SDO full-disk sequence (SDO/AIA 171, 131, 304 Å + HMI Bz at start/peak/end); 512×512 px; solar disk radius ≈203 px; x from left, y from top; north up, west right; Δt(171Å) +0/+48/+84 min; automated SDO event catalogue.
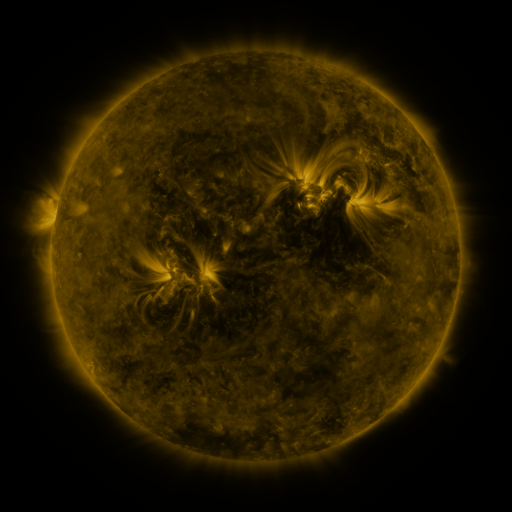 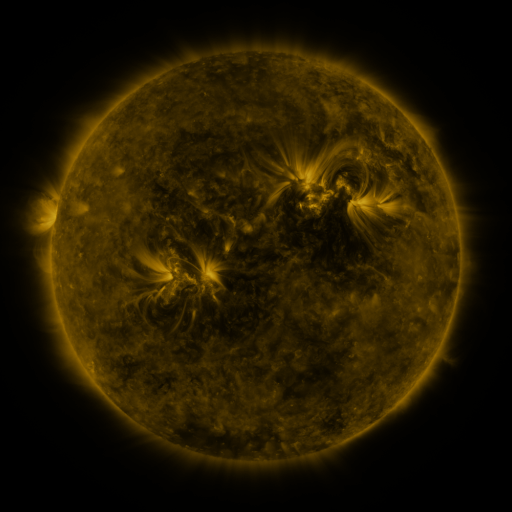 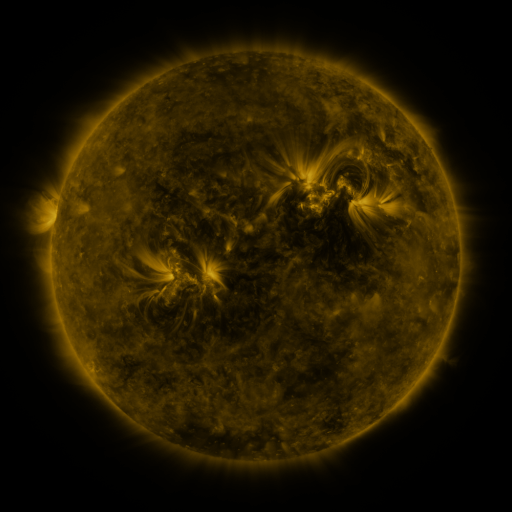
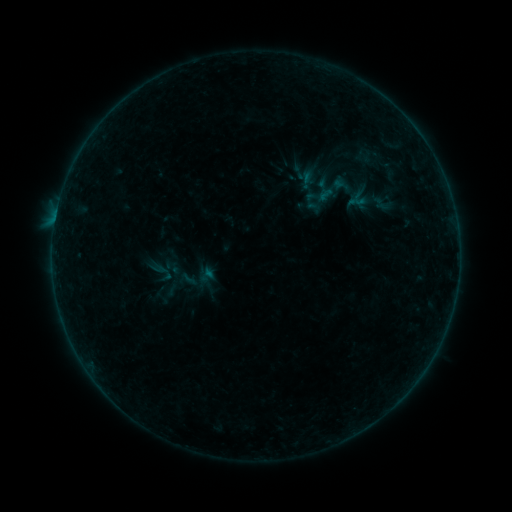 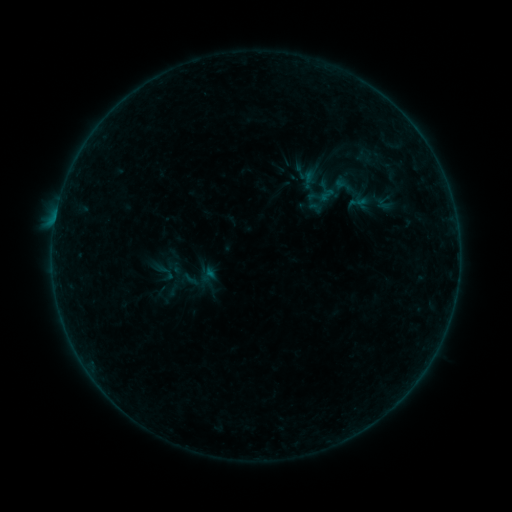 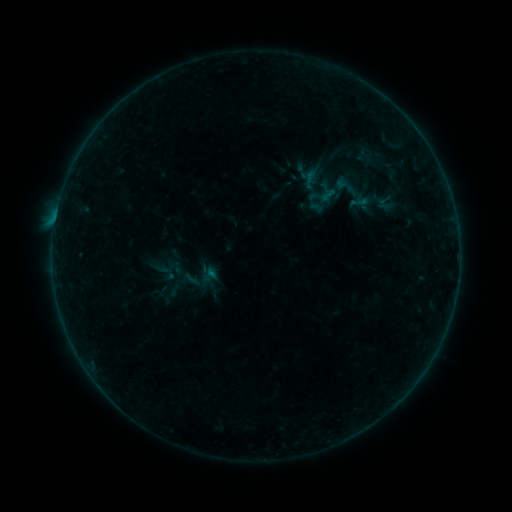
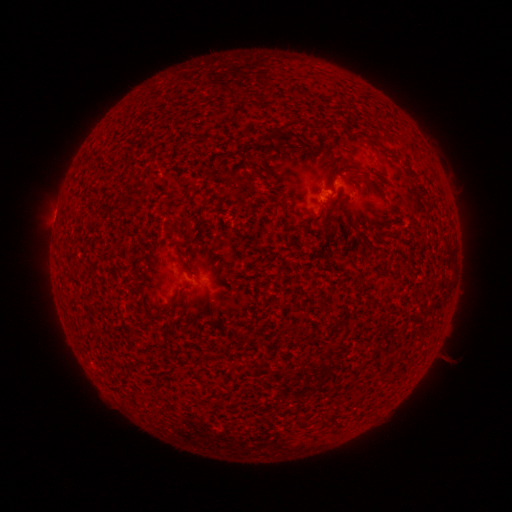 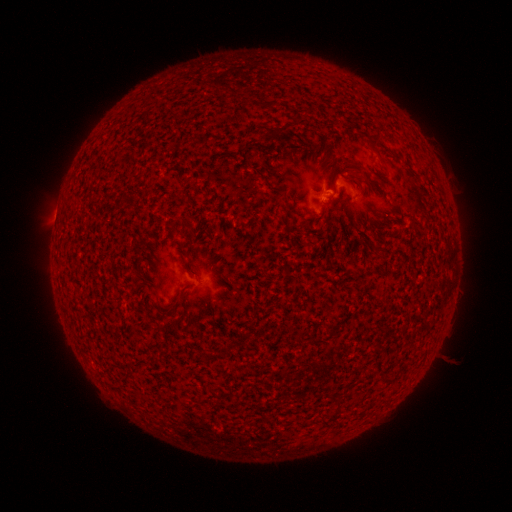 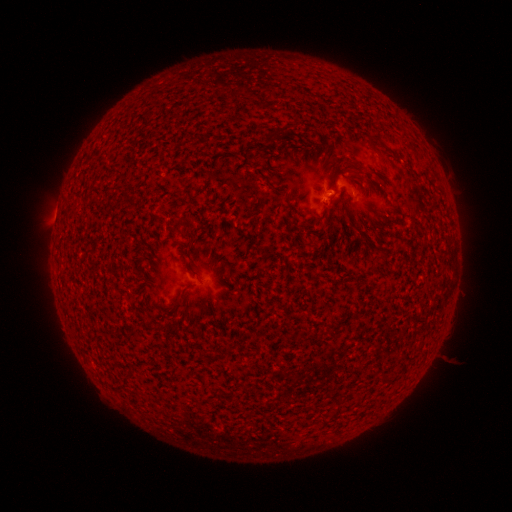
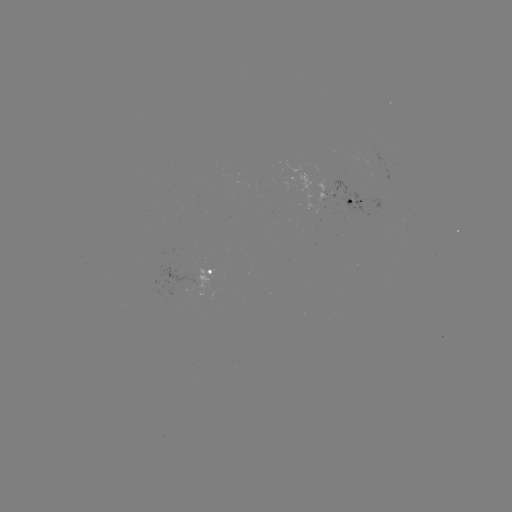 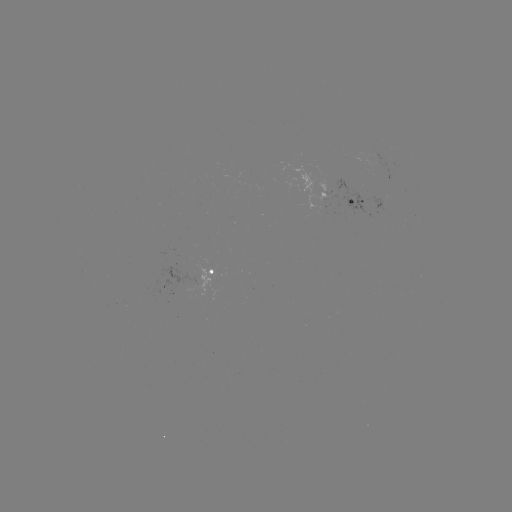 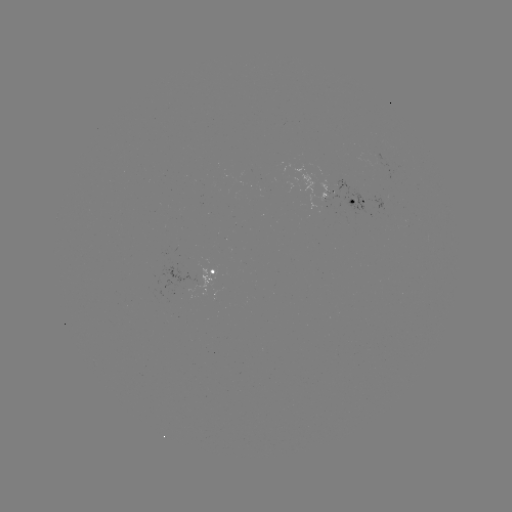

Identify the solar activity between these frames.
B2.3 flare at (349, 176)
